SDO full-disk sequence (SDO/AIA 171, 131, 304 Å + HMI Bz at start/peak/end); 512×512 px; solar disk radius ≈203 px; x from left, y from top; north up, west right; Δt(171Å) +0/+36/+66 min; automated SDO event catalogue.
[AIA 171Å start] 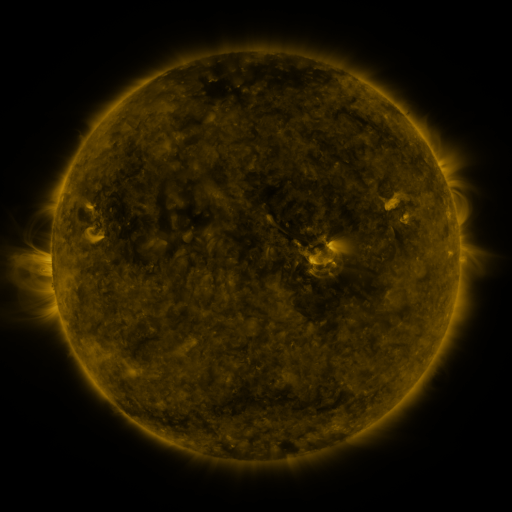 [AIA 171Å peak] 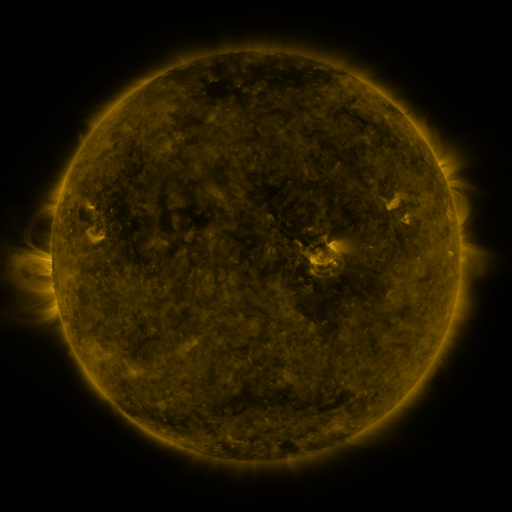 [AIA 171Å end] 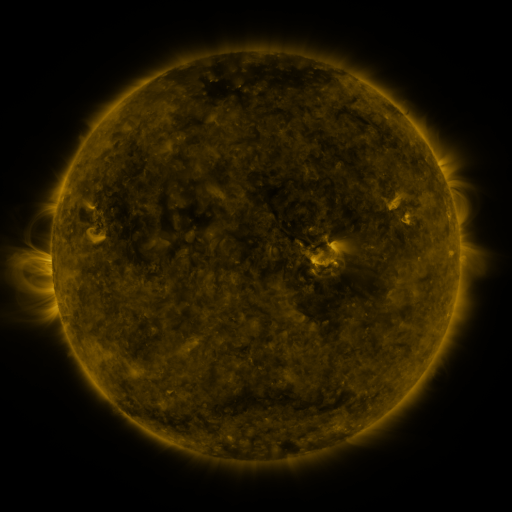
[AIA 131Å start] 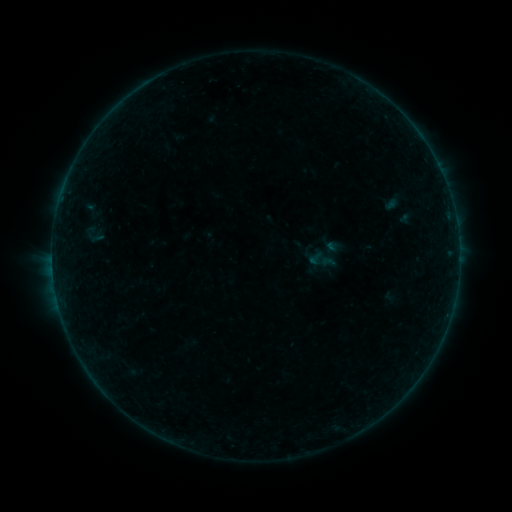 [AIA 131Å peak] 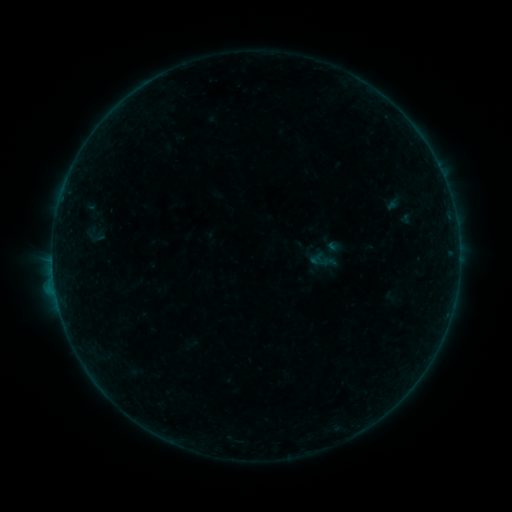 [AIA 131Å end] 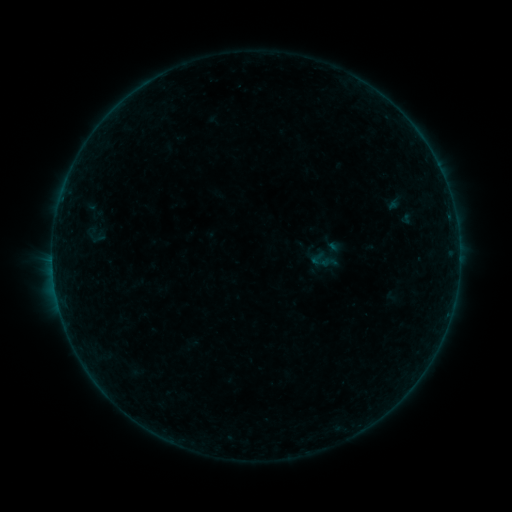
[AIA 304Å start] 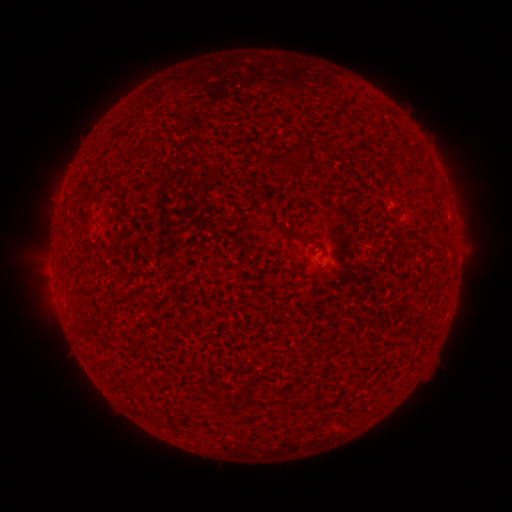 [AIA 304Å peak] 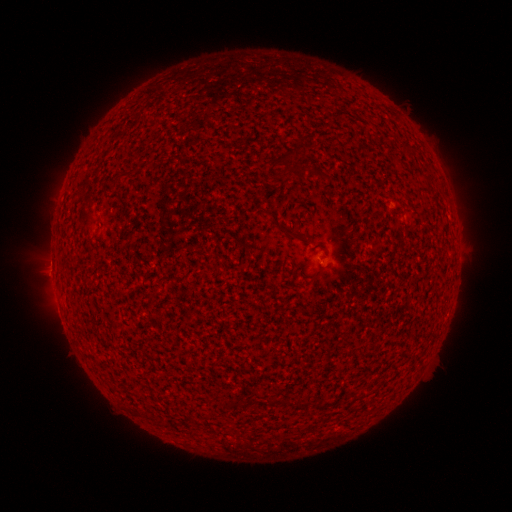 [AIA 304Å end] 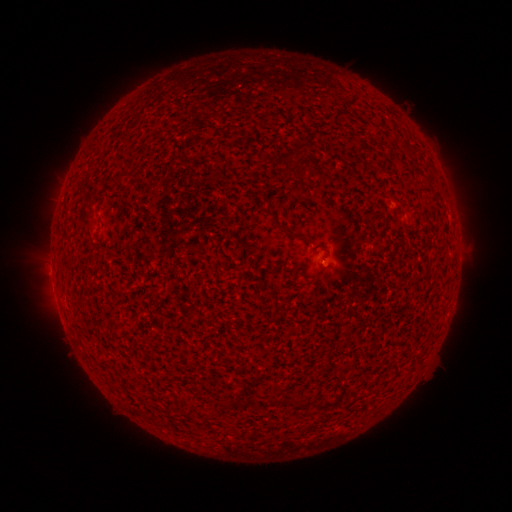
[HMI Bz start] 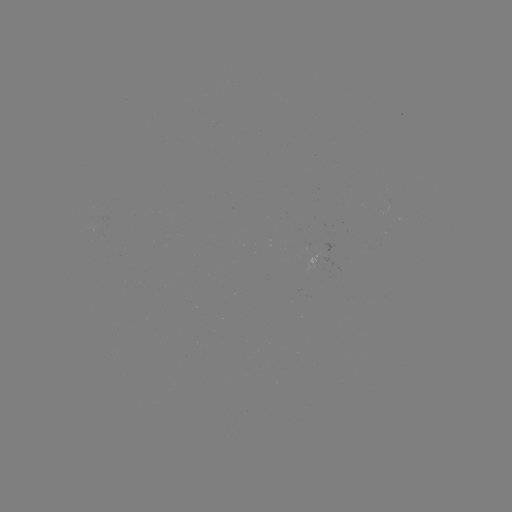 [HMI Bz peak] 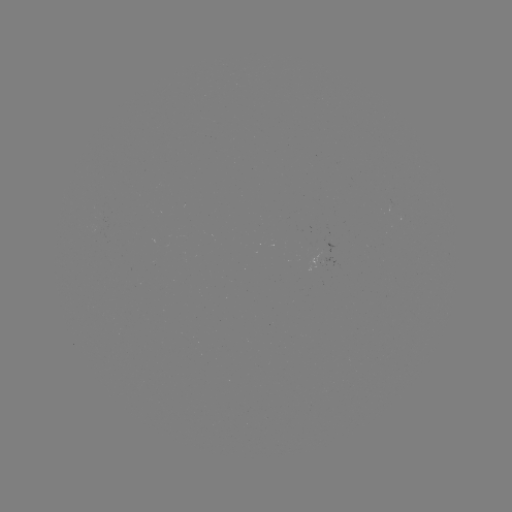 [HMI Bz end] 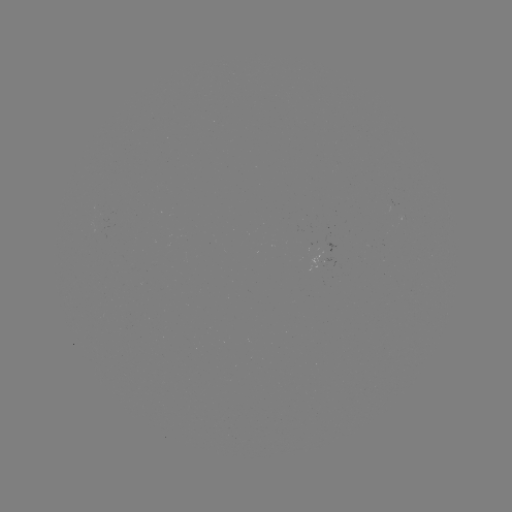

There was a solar flare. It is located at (55, 288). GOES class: B3.0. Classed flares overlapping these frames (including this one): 1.